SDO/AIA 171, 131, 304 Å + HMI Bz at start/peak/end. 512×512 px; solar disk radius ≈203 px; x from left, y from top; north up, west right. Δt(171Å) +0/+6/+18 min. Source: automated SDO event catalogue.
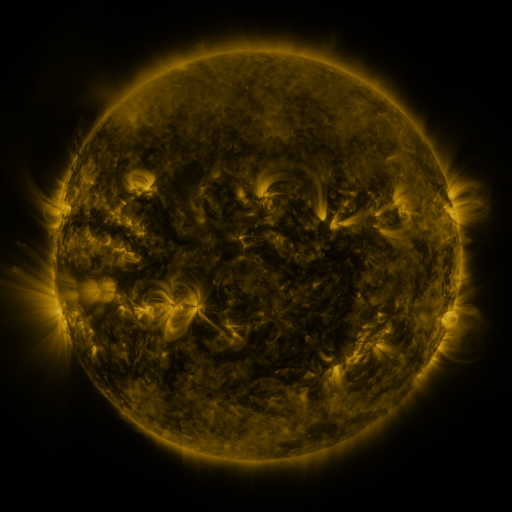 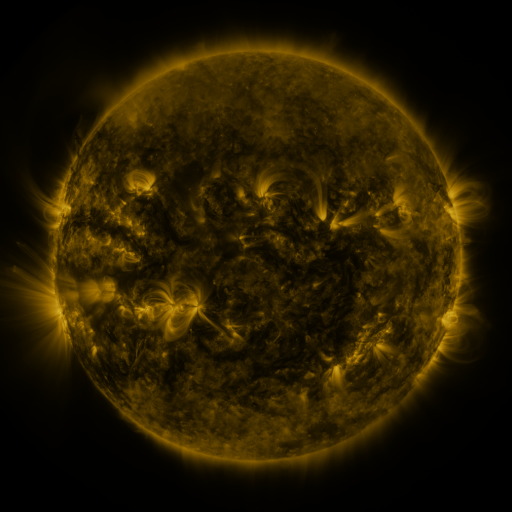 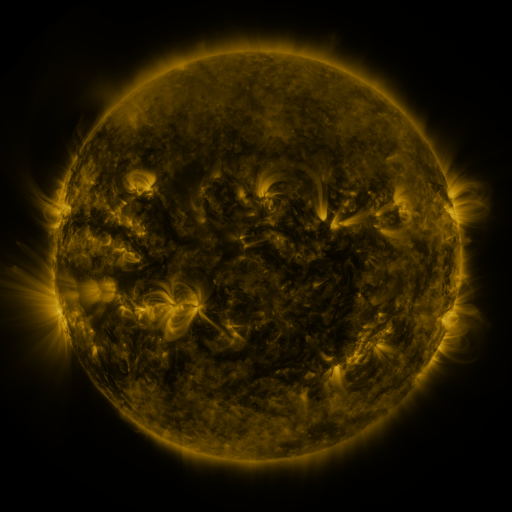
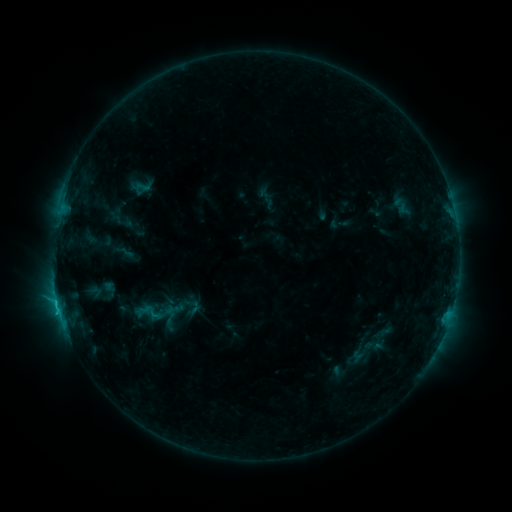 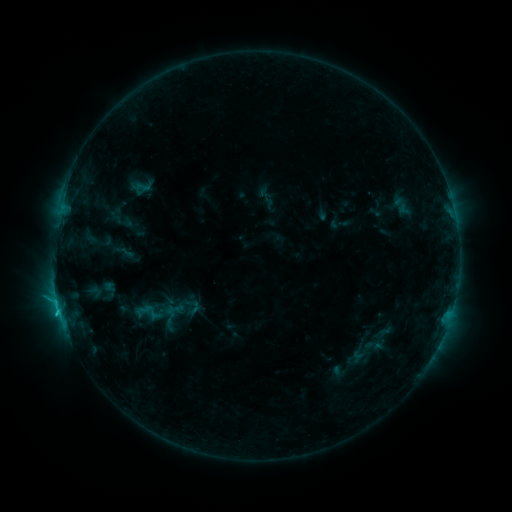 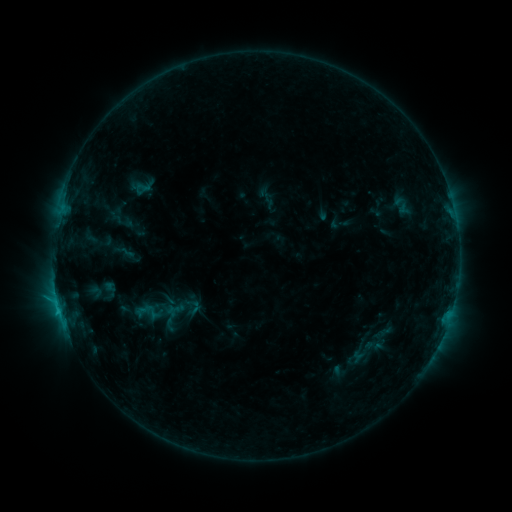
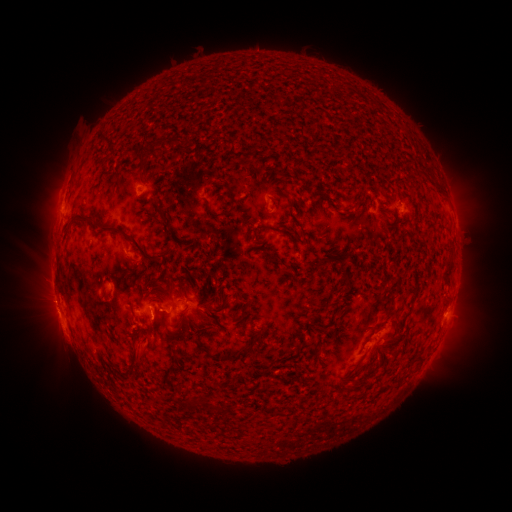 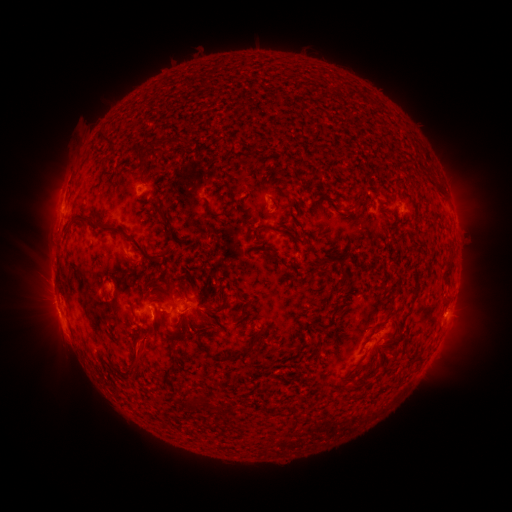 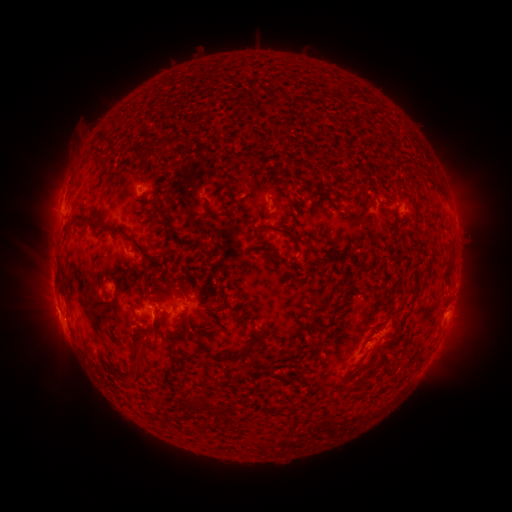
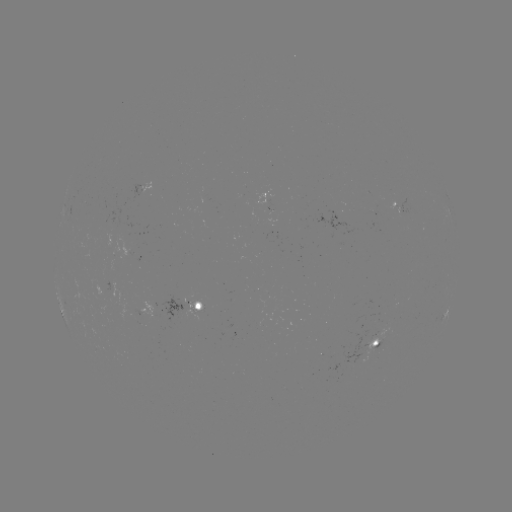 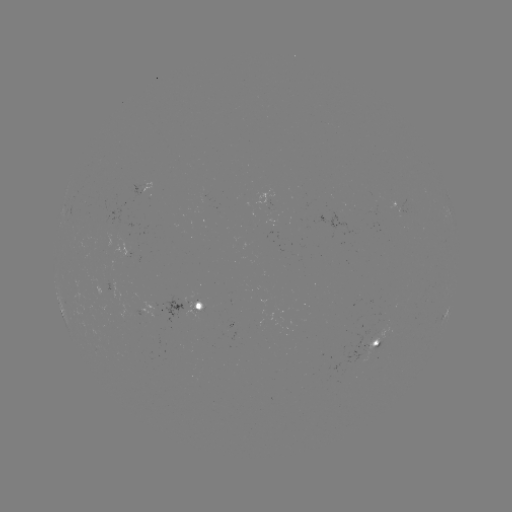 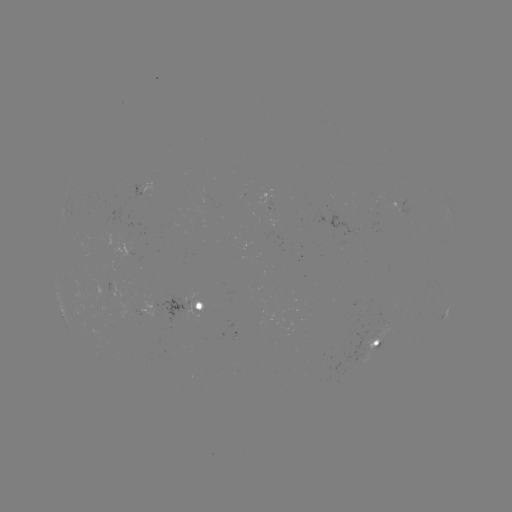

no classed flare was catalogued and no EUV brightening was flagged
